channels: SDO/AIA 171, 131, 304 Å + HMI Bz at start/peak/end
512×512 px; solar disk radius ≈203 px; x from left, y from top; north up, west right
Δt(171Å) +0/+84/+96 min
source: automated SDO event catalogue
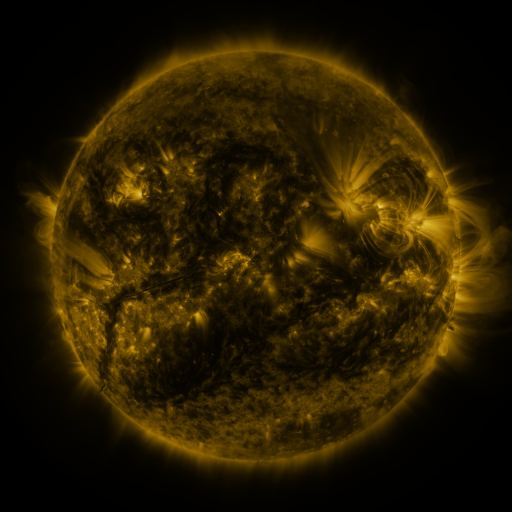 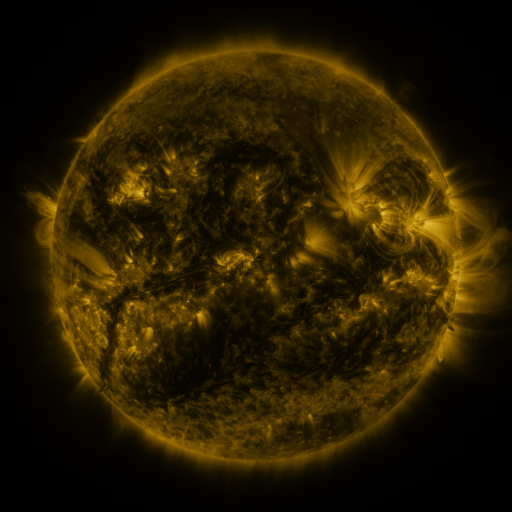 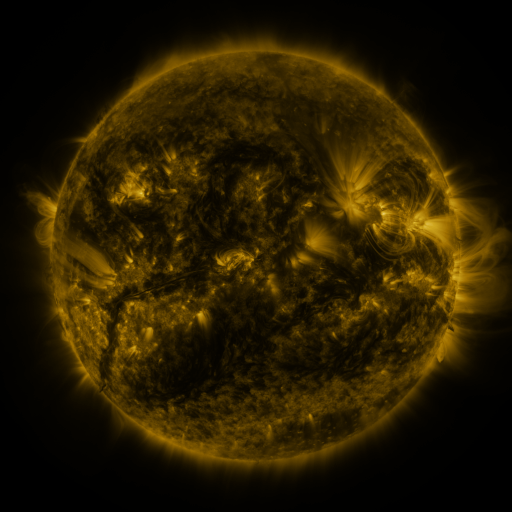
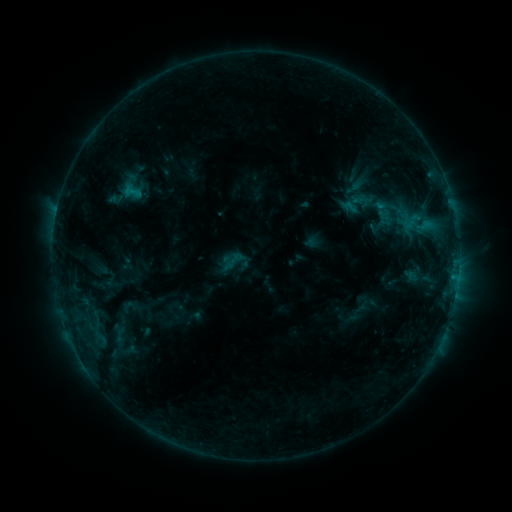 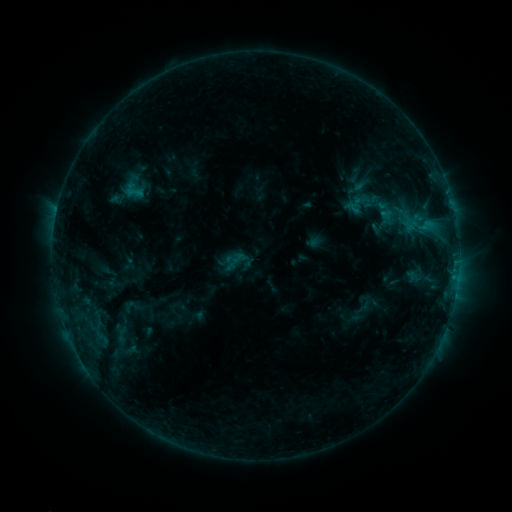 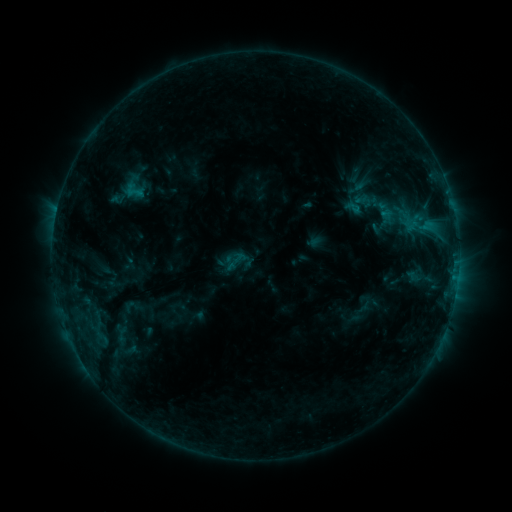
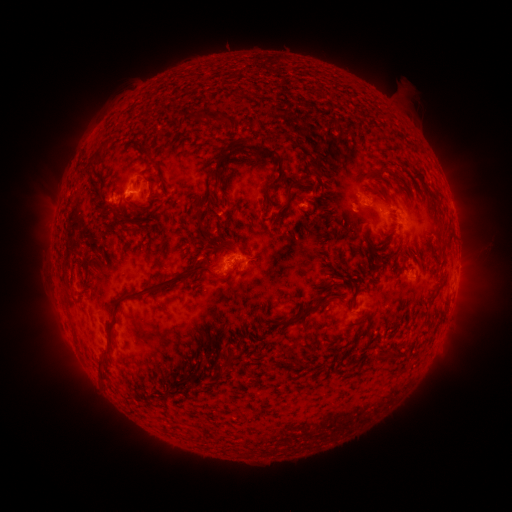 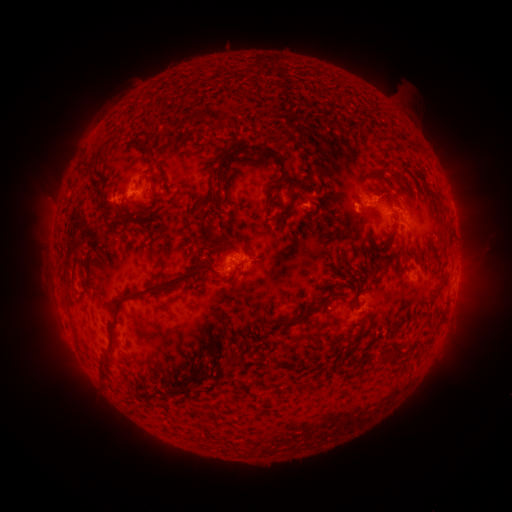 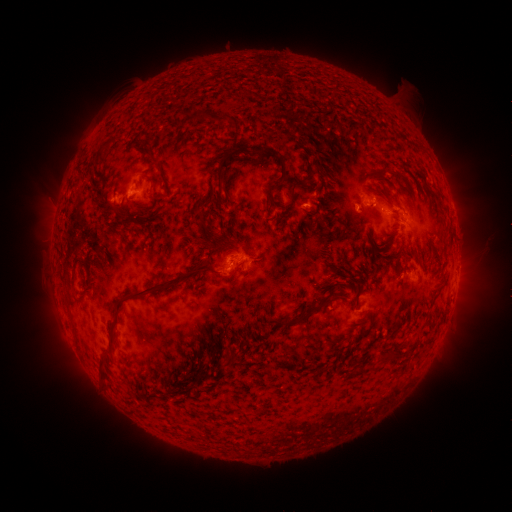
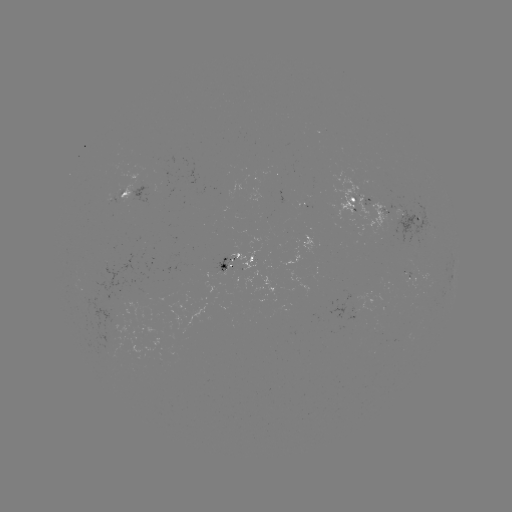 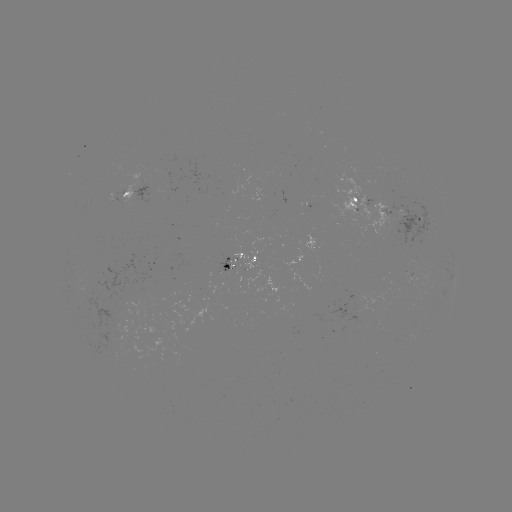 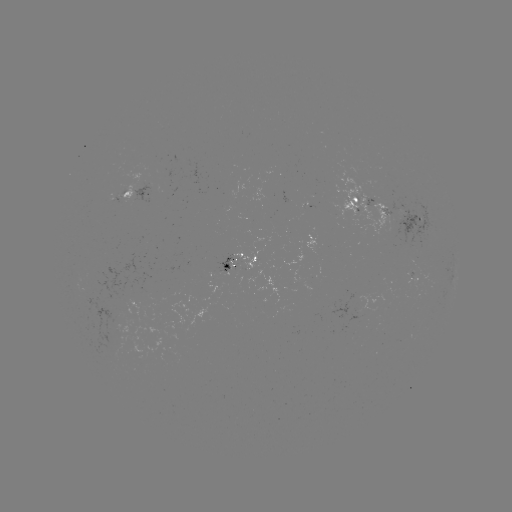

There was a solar emerging-flux region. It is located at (242, 275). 